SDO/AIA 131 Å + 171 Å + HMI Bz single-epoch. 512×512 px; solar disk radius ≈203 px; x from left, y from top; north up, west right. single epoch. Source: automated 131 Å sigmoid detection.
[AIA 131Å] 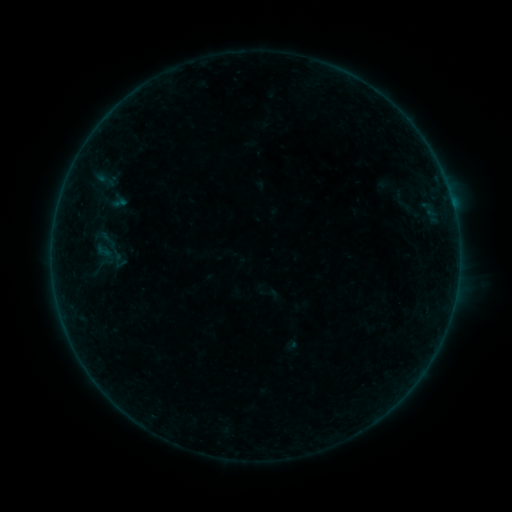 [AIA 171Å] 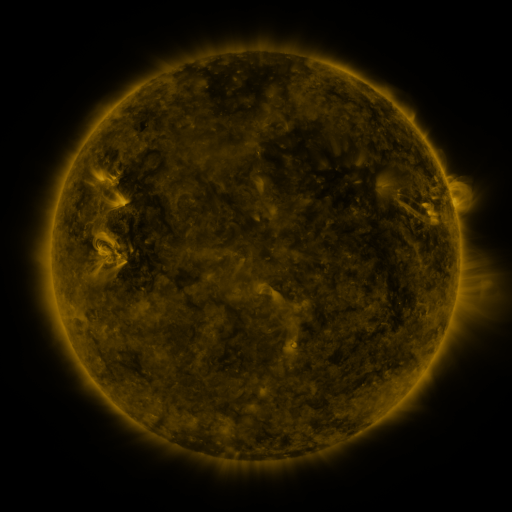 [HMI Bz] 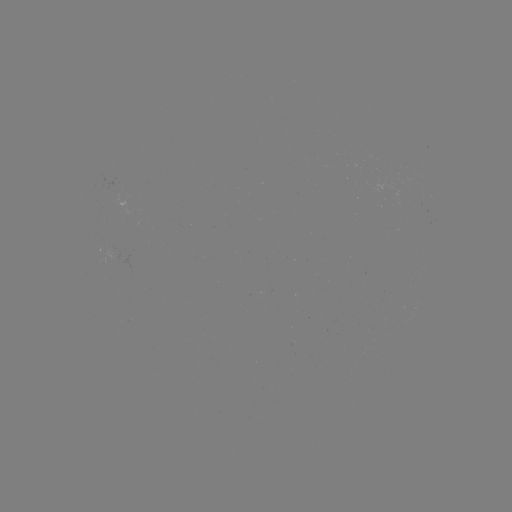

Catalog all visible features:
sigmoid: [95, 241, 112, 261]
